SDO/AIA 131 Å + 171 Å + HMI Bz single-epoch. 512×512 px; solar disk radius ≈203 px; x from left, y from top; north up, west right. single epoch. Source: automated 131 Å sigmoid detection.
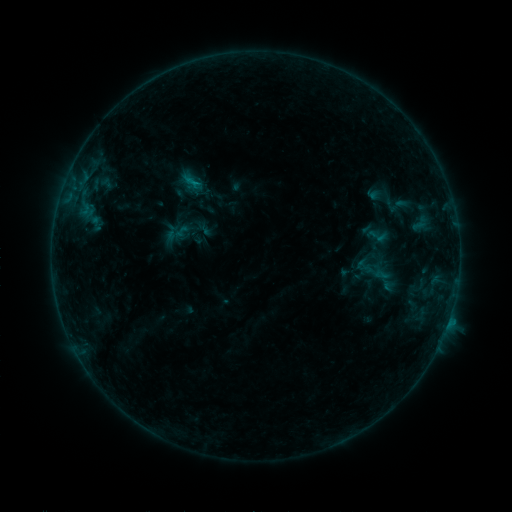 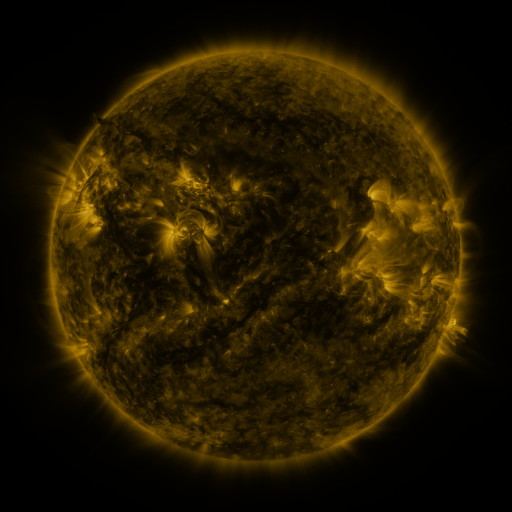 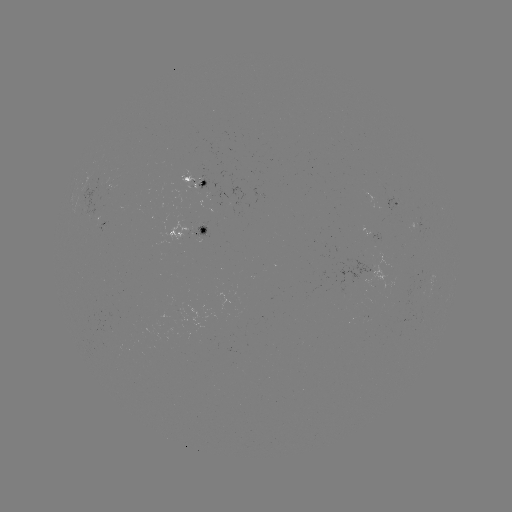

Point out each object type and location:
sigmoid: (380, 190, 412, 219)
sigmoid: (366, 226, 386, 247)
